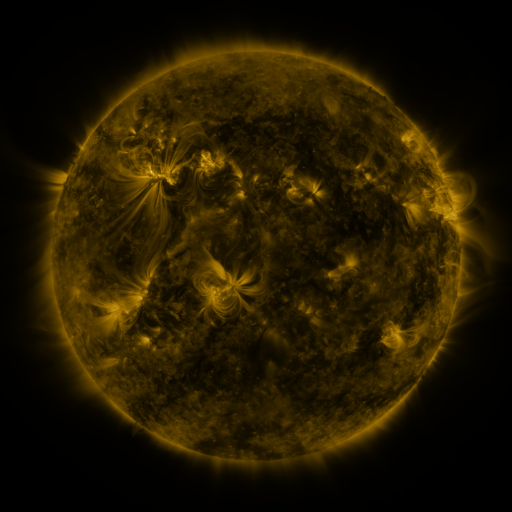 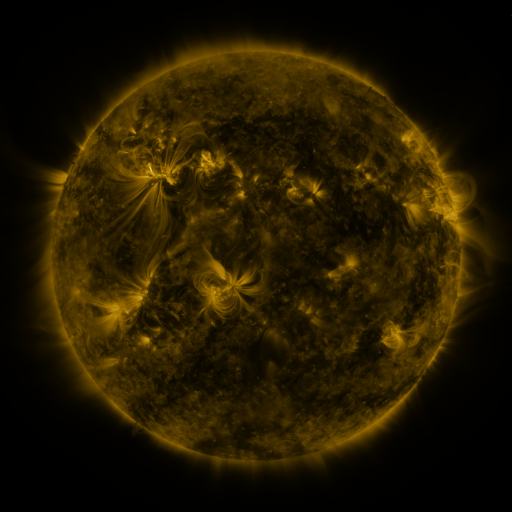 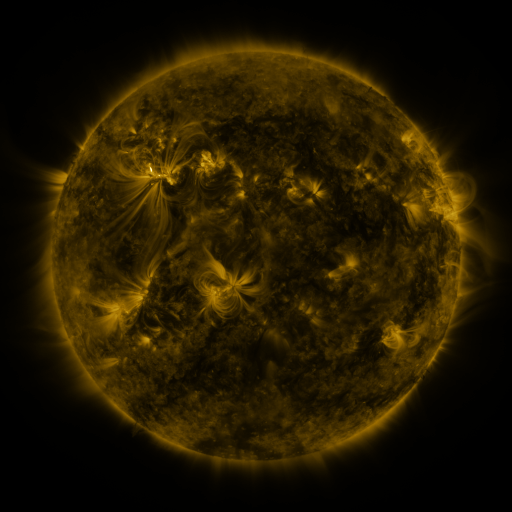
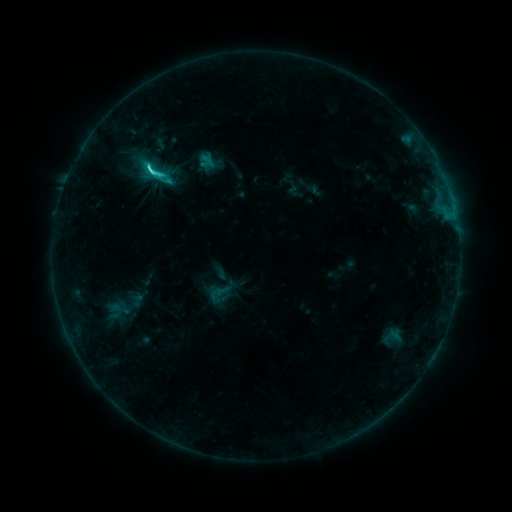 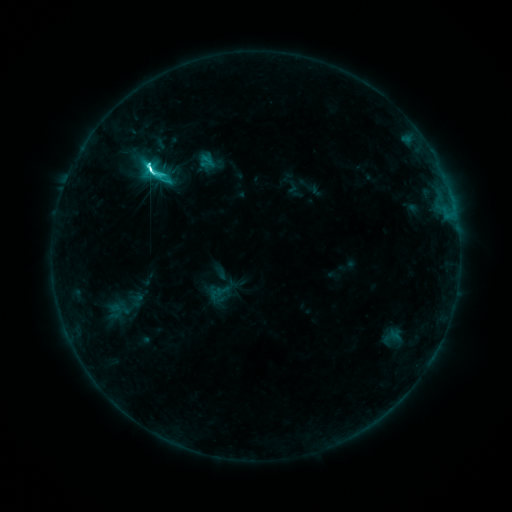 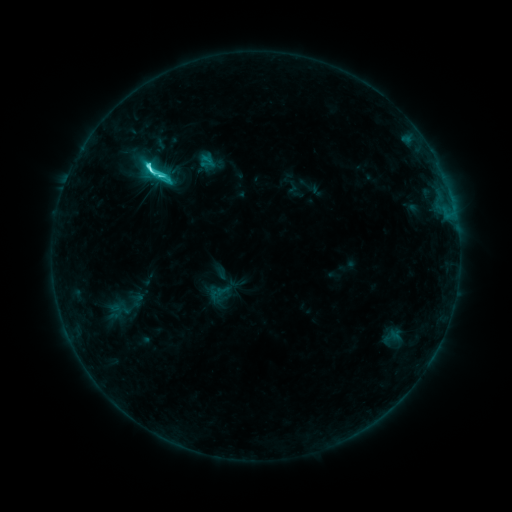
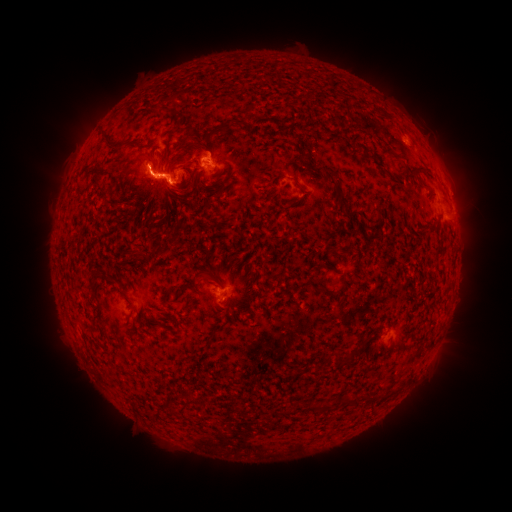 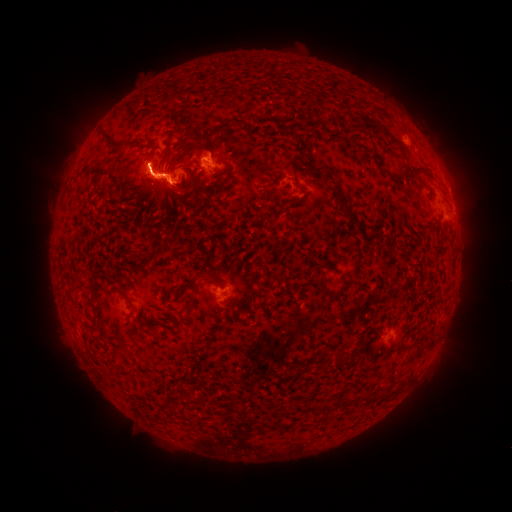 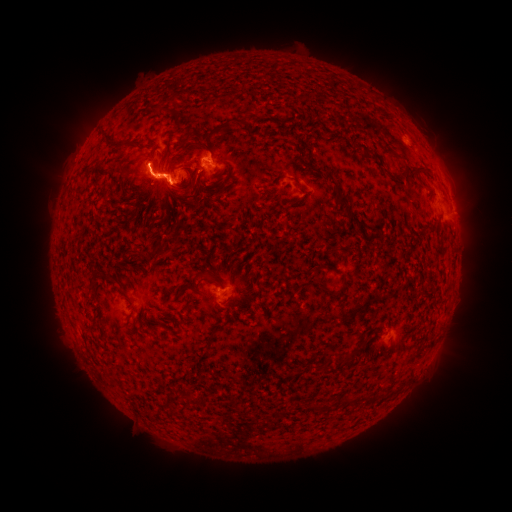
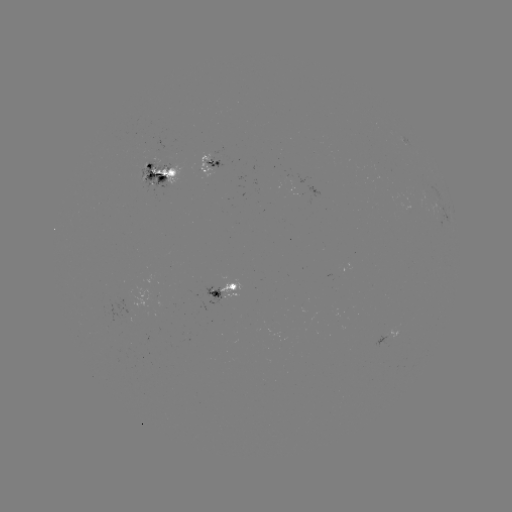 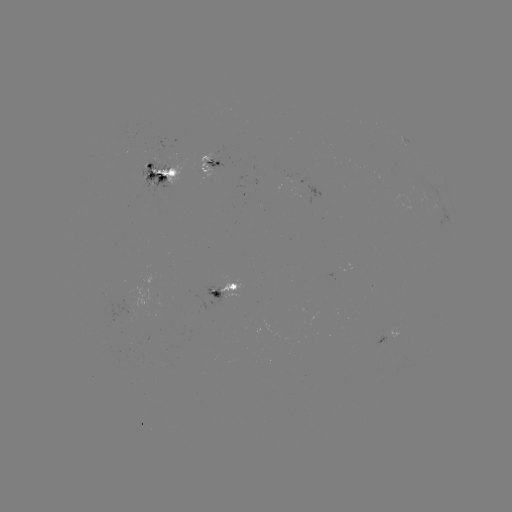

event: eruption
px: (146, 158)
